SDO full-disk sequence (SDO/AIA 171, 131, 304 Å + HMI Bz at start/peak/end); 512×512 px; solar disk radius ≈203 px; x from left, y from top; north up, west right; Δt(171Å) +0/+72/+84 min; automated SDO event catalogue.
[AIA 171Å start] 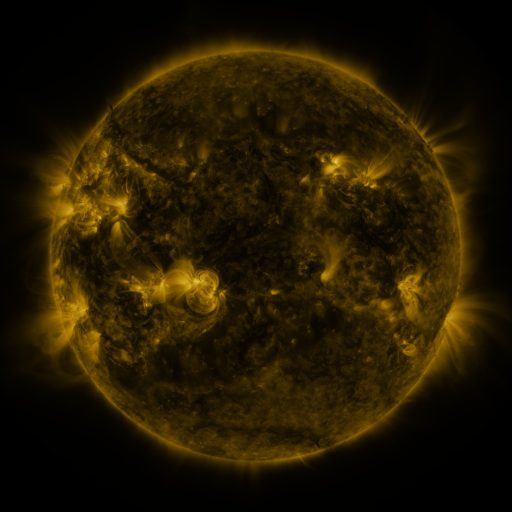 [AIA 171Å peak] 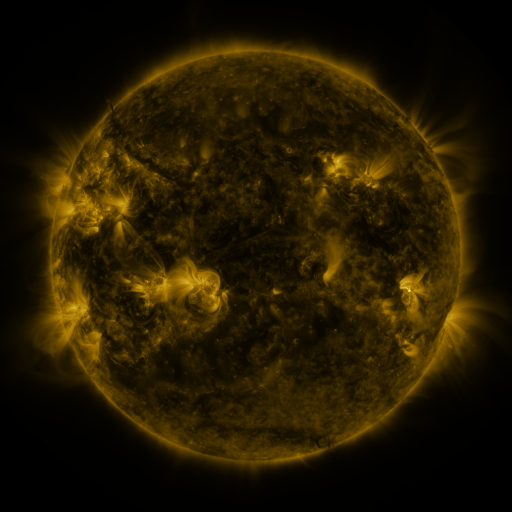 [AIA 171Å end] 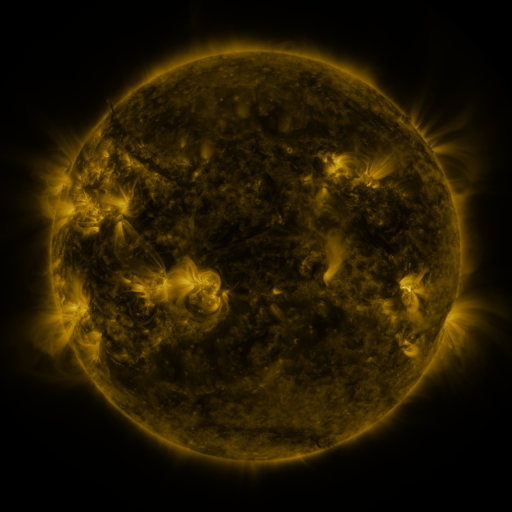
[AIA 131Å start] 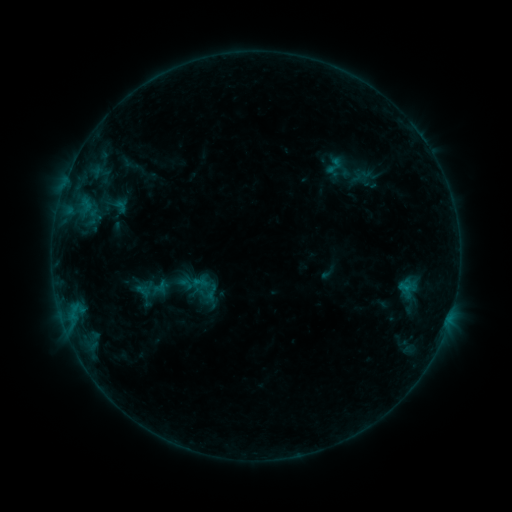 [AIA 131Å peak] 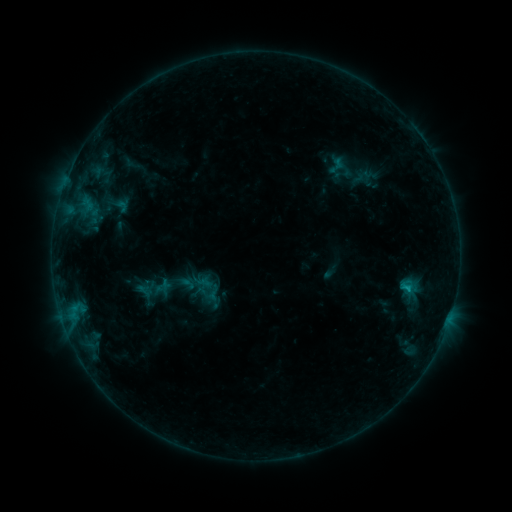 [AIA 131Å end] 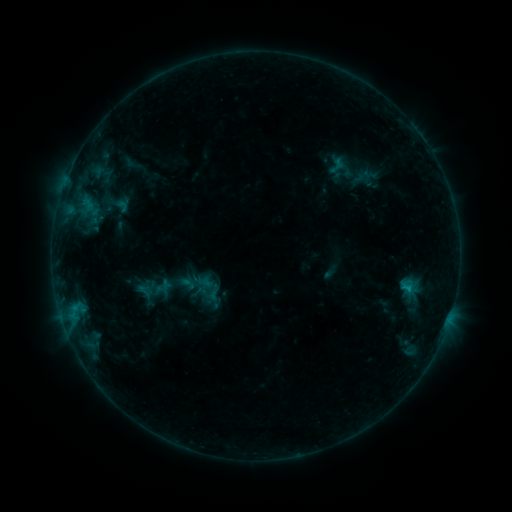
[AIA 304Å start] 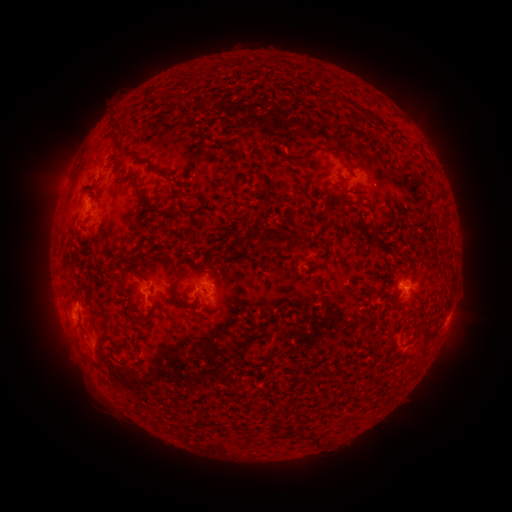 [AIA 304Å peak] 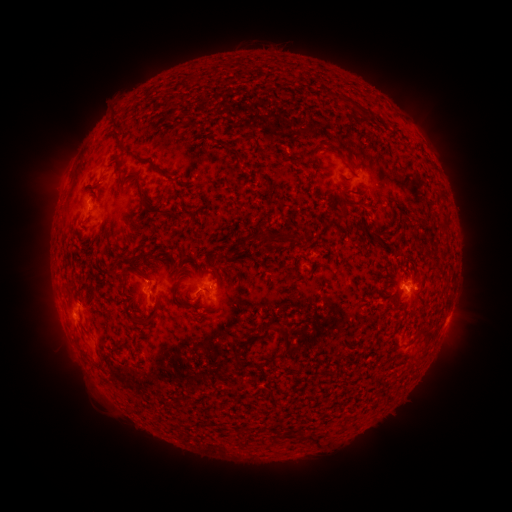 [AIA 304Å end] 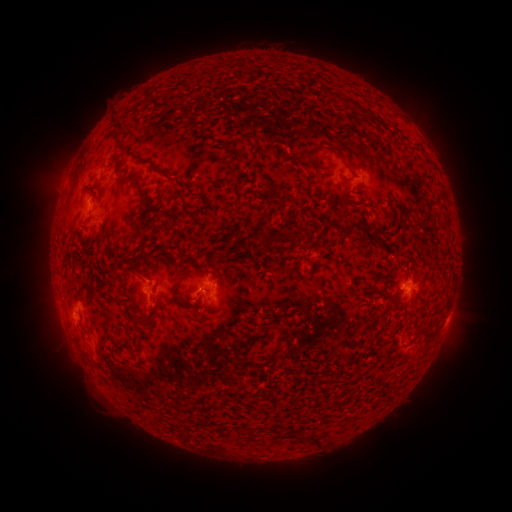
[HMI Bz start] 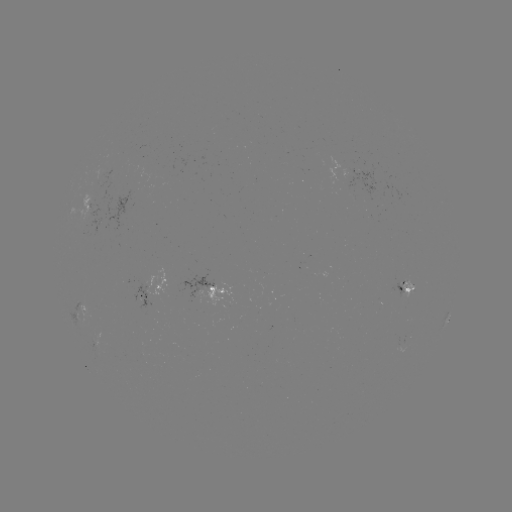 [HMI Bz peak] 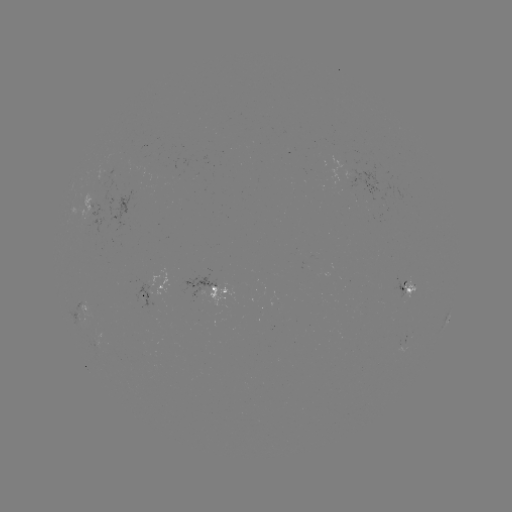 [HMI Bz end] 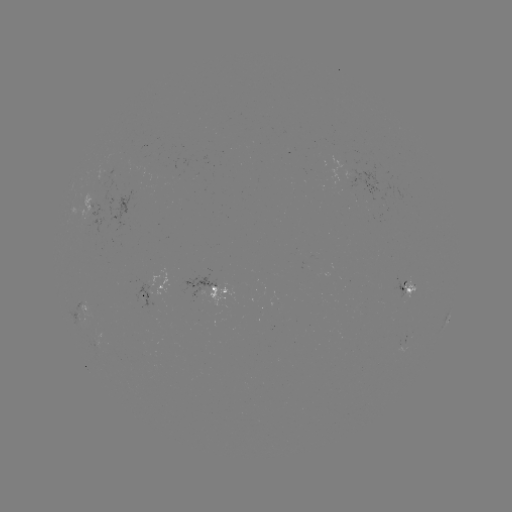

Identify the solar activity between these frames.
emerging-flux region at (411, 287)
